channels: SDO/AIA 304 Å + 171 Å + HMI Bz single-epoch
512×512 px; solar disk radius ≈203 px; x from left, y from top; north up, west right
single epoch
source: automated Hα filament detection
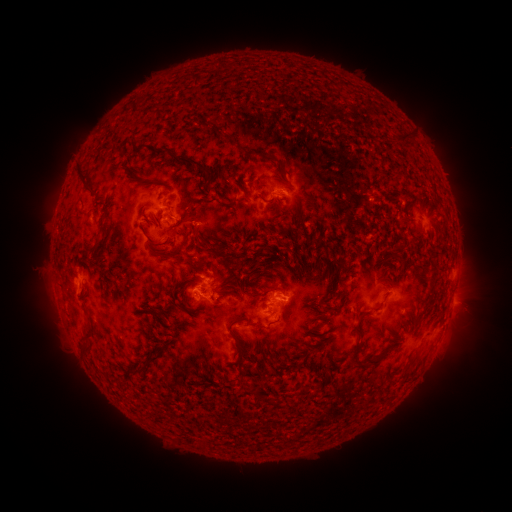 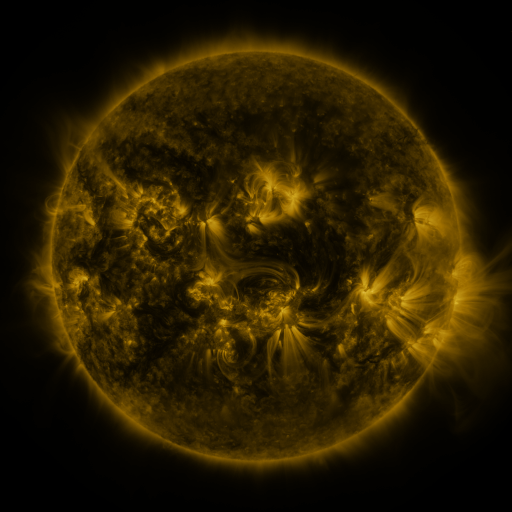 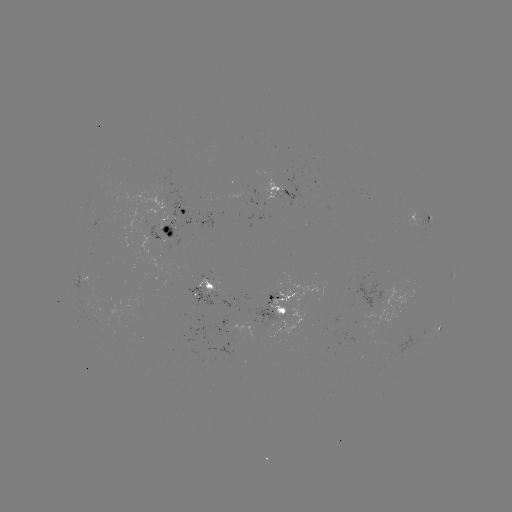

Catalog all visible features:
filament: (401, 137)
filament: (227, 139)
filament: (139, 149)
filament: (163, 153)
filament: (276, 161)
filament: (223, 170)
filament: (82, 181)
filament: (329, 185)
filament: (202, 192)
filament: (405, 195)
filament: (263, 199)
filament: (234, 200)
filament: (437, 200)
filament: (188, 205)
filament: (112, 230)
filament: (193, 231)
filament: (211, 244)
filament: (96, 246)
filament: (155, 246)
filament: (113, 250)
filament: (132, 250)
filament: (84, 254)
filament: (168, 256)
filament: (315, 256)
filament: (106, 270)
filament: (132, 283)
filament: (154, 289)
filament: (433, 290)
filament: (119, 295)
filament: (346, 296)
filament: (184, 299)
filament: (191, 309)
filament: (161, 313)
filament: (316, 315)
filament: (361, 316)
filament: (236, 320)
filament: (156, 326)
filament: (180, 332)
filament: (89, 336)
filament: (264, 345)
filament: (165, 349)
filament: (86, 351)
filament: (241, 355)
filament: (356, 355)
filament: (381, 356)
filament: (152, 362)
filament: (128, 377)
filament: (259, 395)
filament: (272, 400)
